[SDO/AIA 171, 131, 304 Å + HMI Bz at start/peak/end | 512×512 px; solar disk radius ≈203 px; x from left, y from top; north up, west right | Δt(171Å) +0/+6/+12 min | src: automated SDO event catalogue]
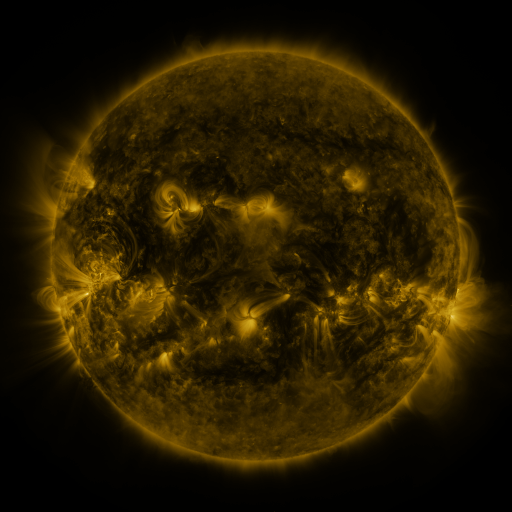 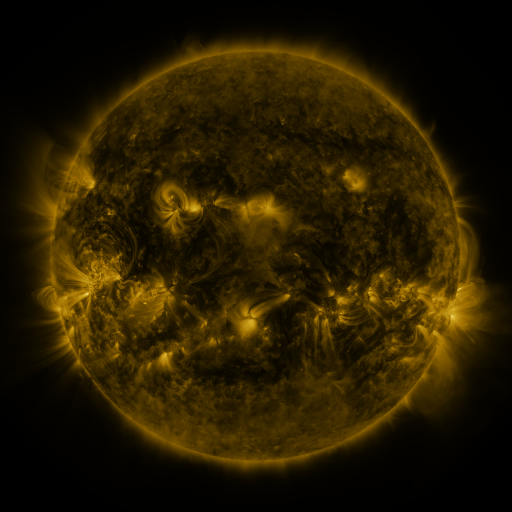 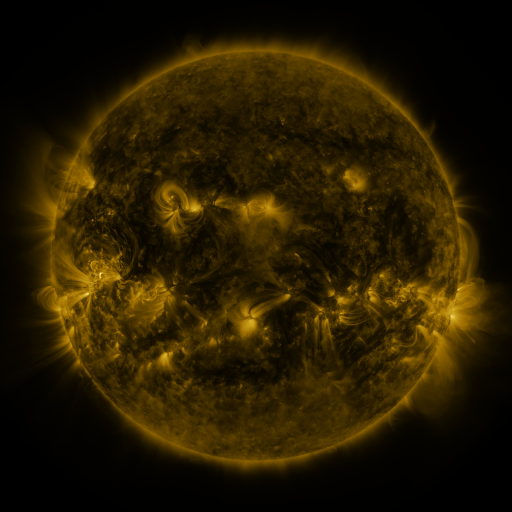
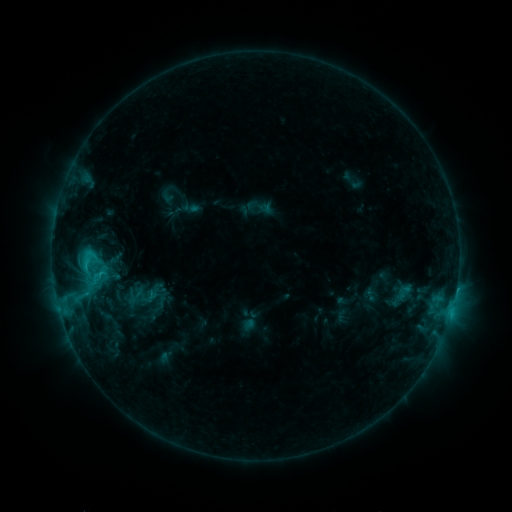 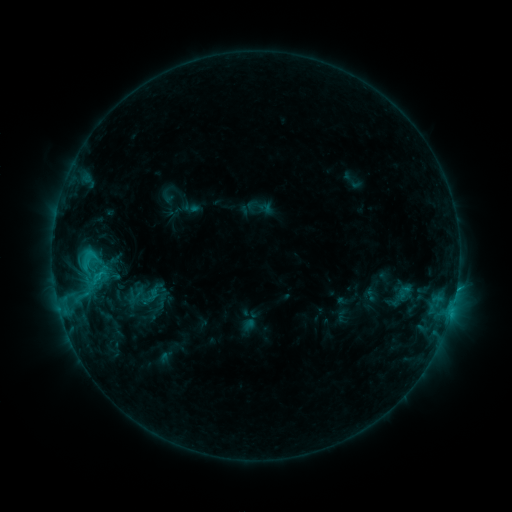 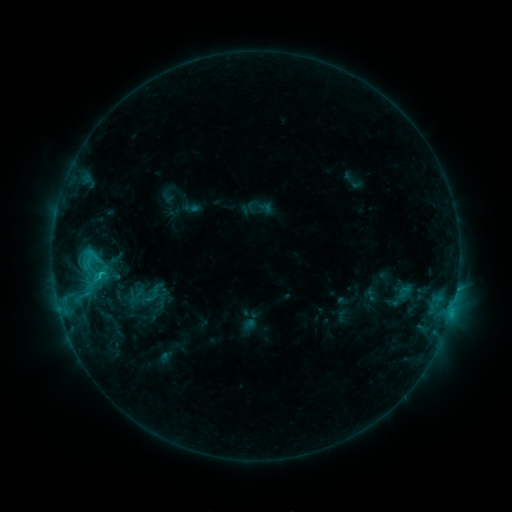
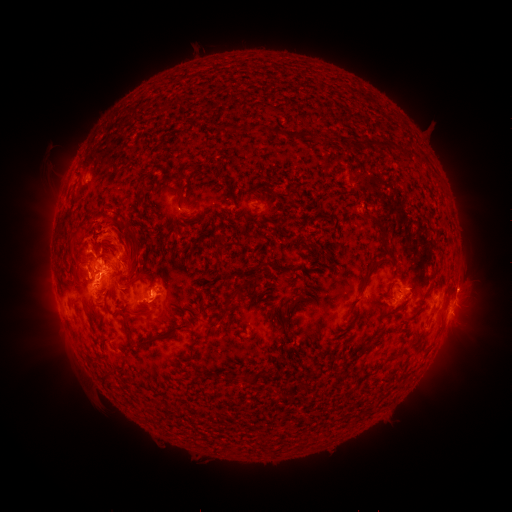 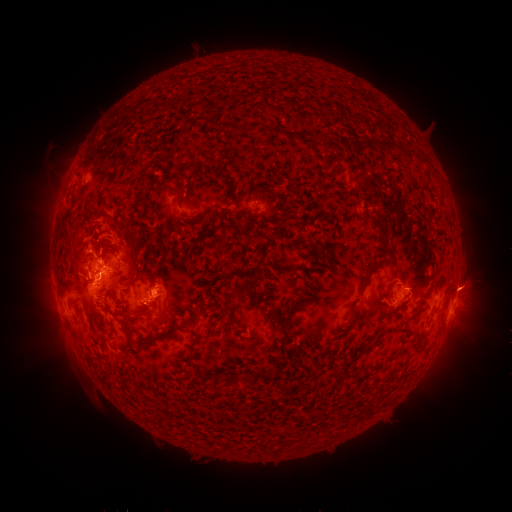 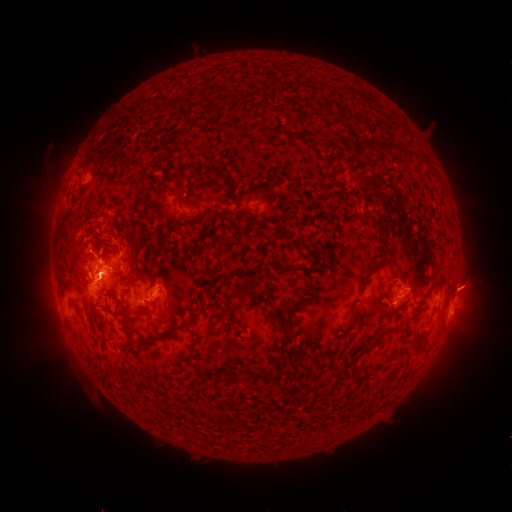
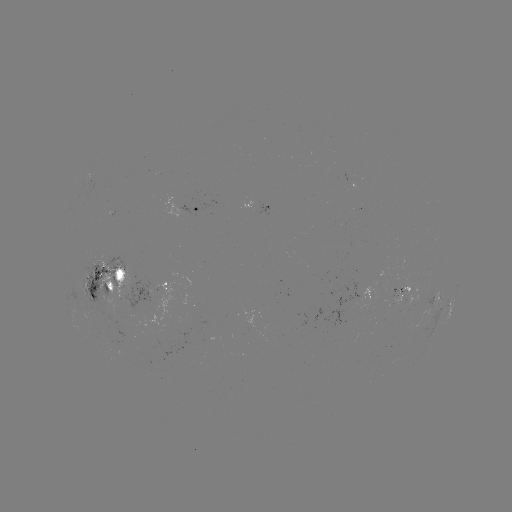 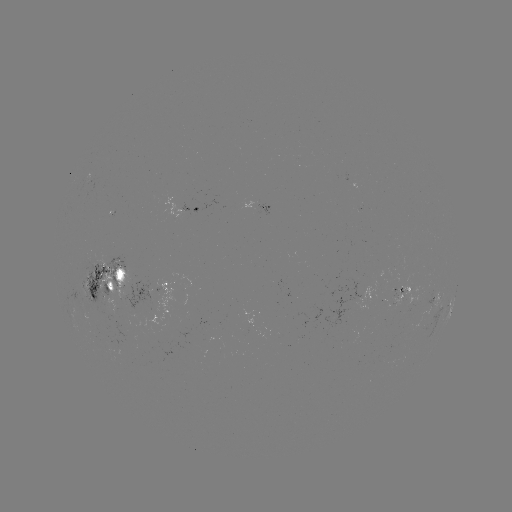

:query eruption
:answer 469,286